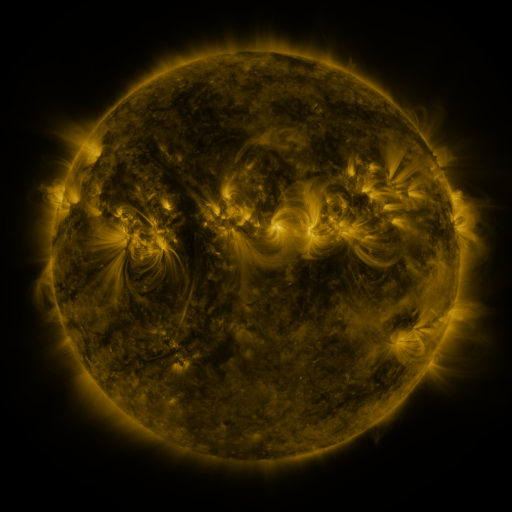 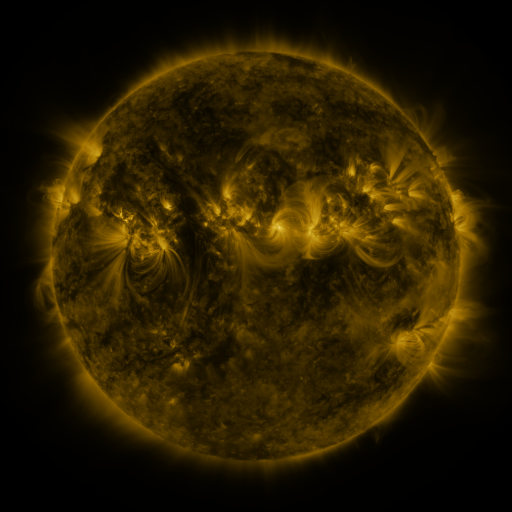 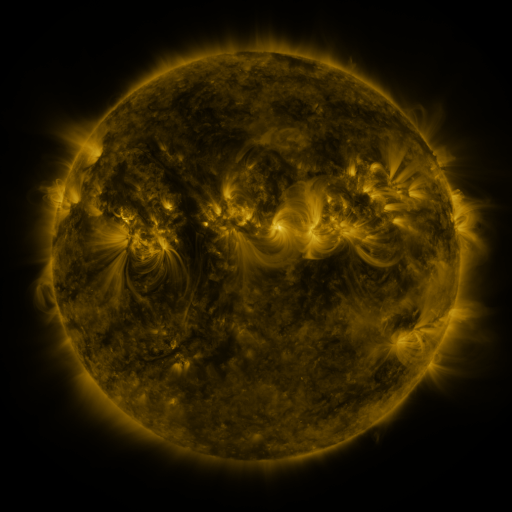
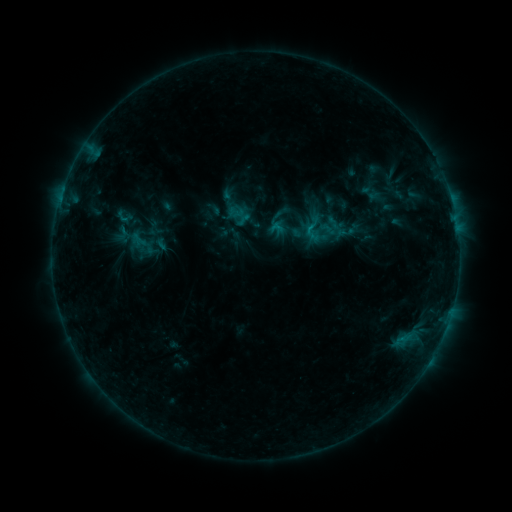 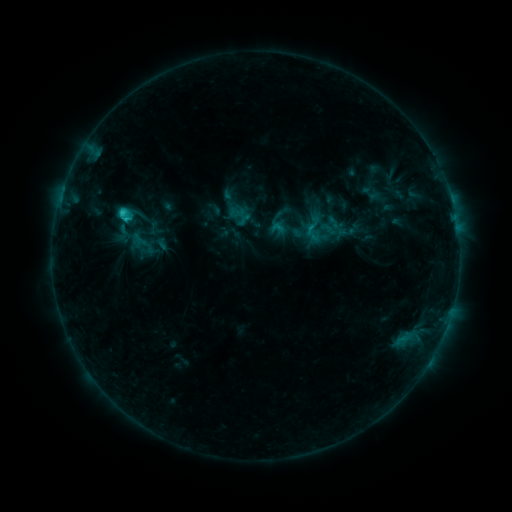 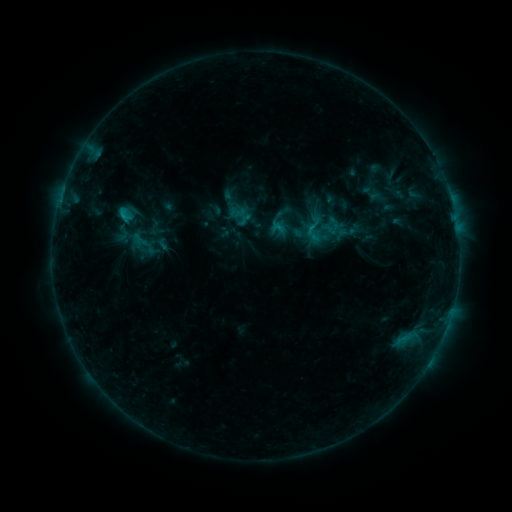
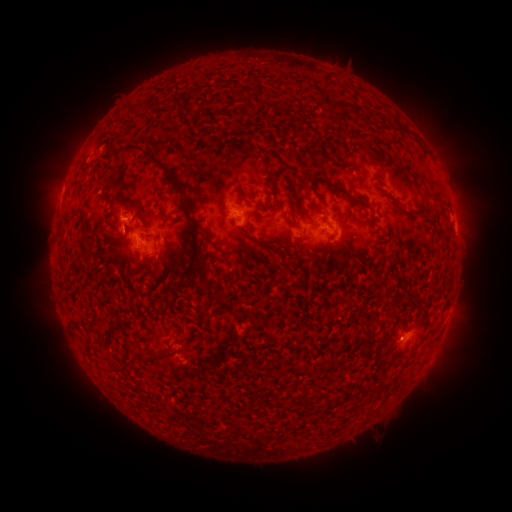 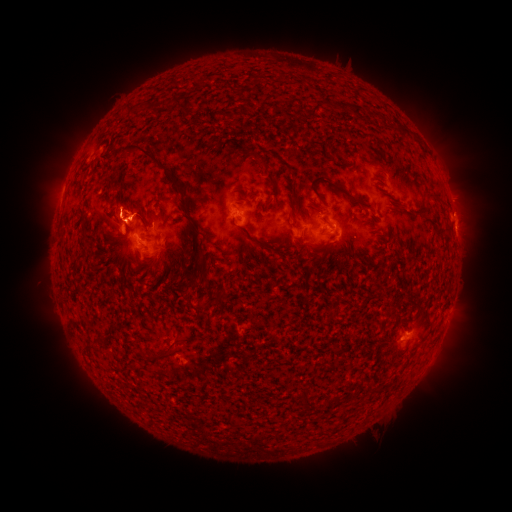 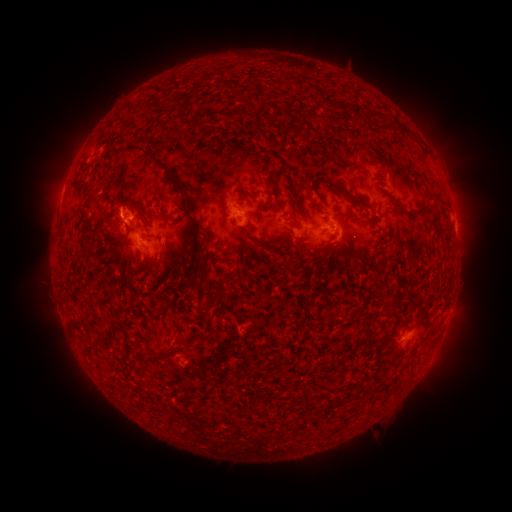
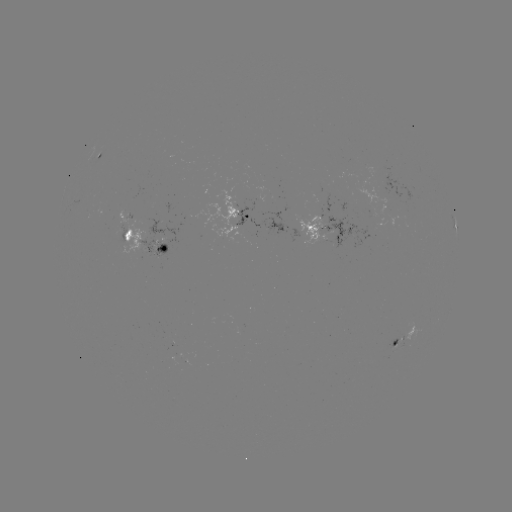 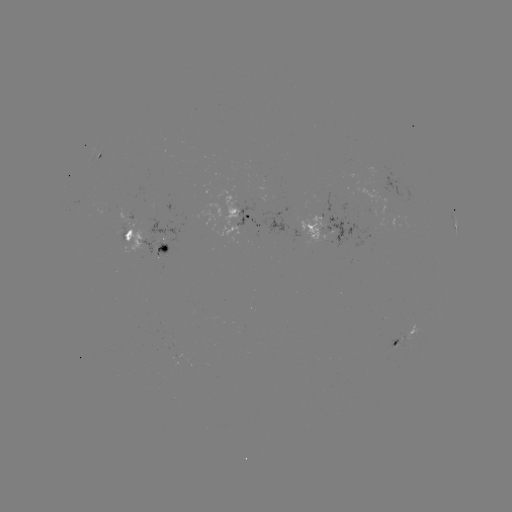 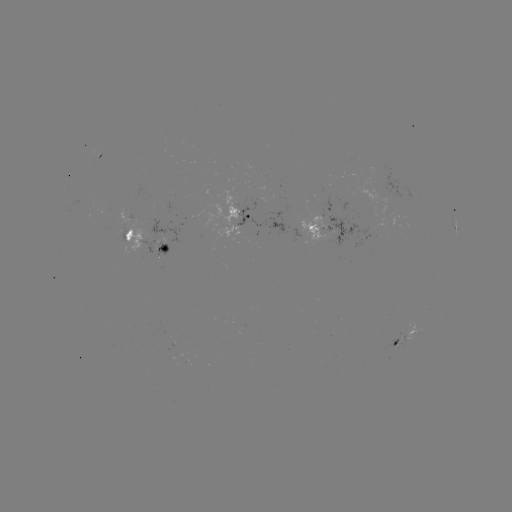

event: flare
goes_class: C1.7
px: (124, 216)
